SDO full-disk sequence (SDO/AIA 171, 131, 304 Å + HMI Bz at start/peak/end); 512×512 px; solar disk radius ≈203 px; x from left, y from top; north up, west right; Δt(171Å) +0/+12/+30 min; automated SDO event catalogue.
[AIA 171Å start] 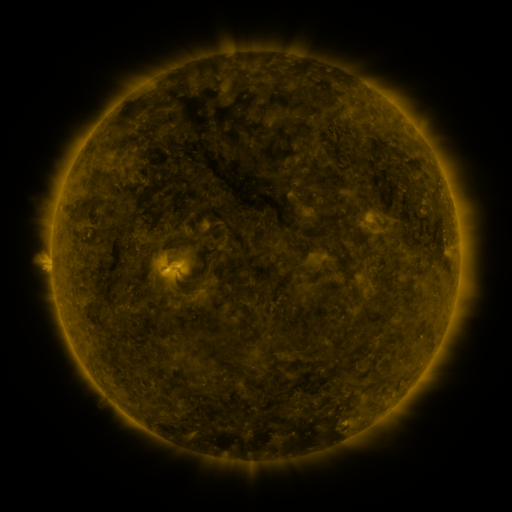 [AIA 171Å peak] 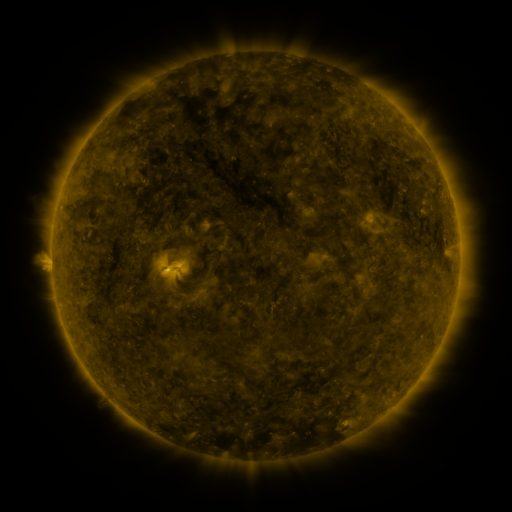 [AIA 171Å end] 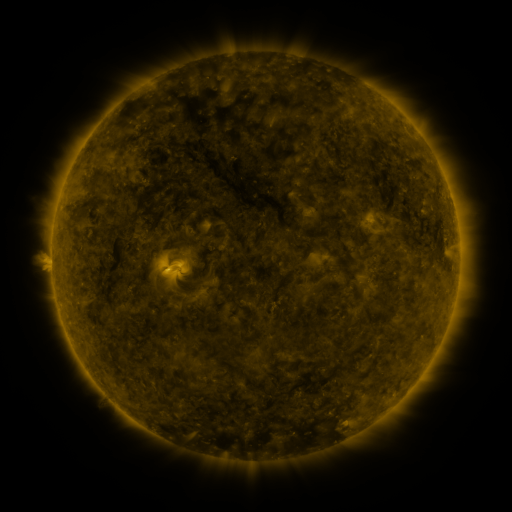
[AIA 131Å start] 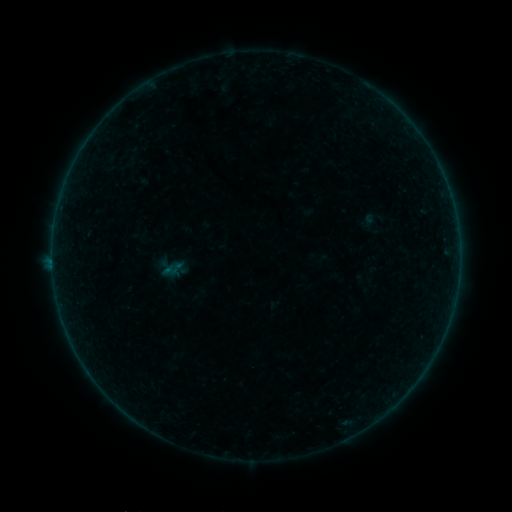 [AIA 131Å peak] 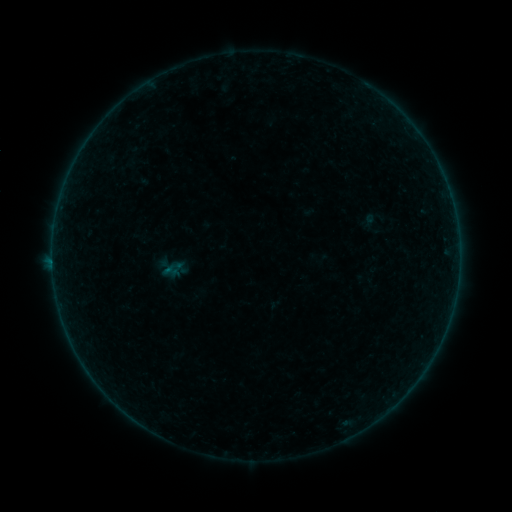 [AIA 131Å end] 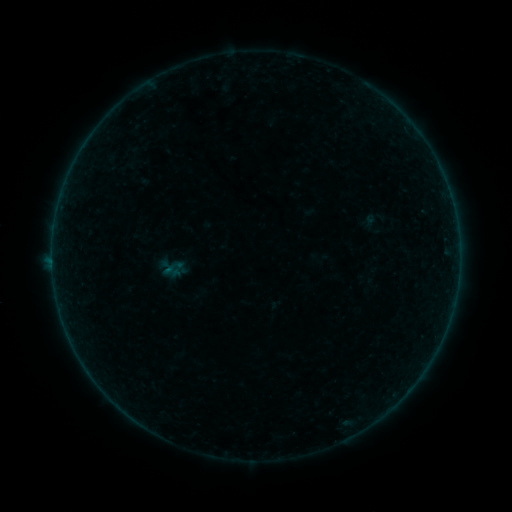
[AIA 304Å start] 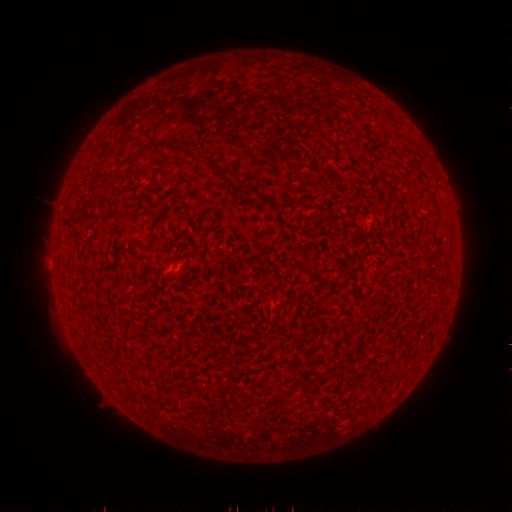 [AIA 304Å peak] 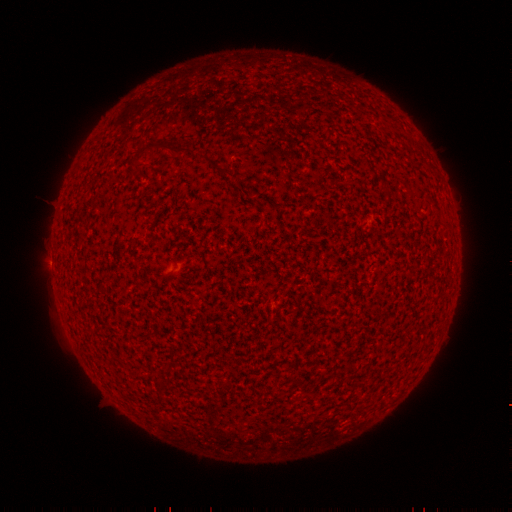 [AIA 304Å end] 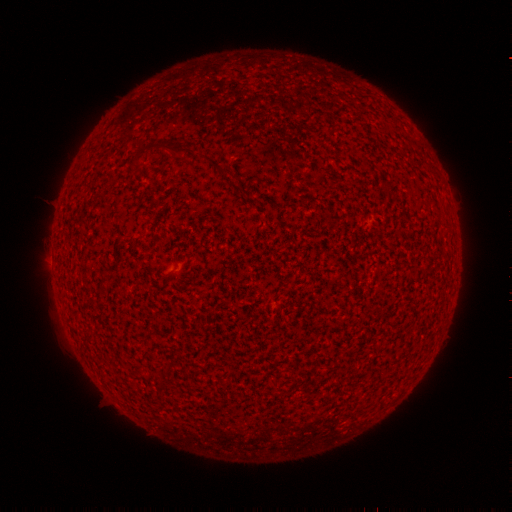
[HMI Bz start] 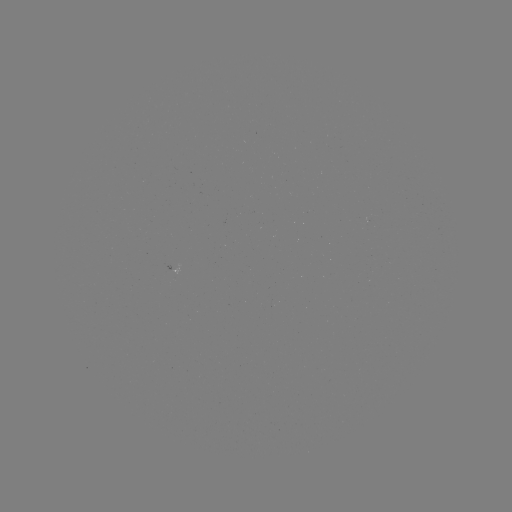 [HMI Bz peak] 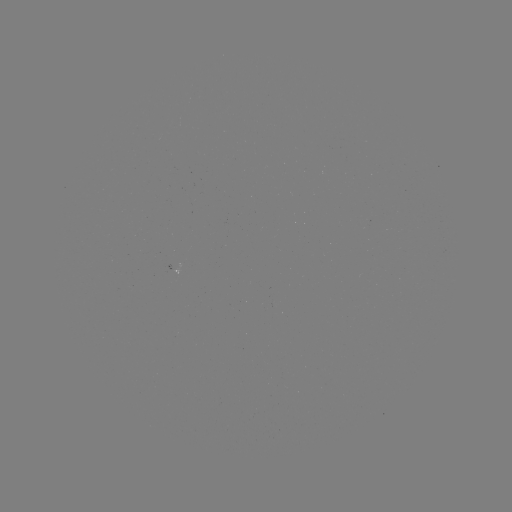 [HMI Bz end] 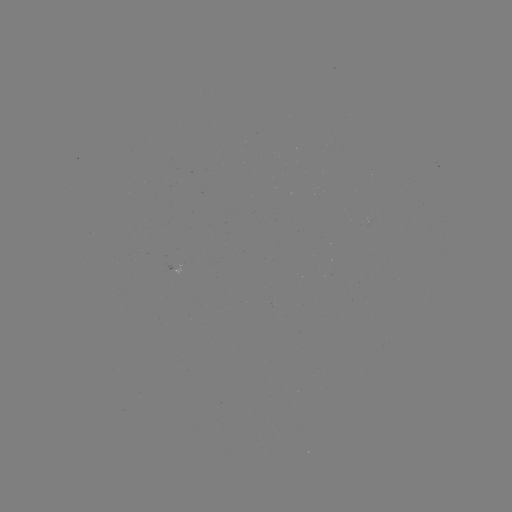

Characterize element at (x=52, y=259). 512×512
A7.3 flare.